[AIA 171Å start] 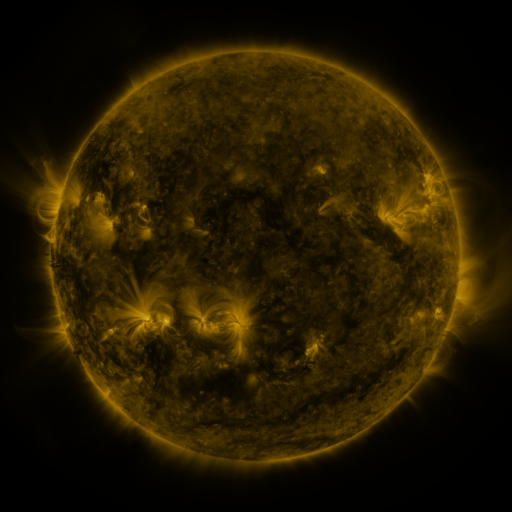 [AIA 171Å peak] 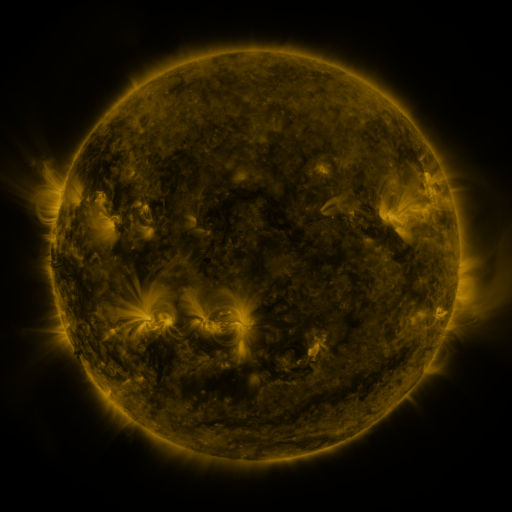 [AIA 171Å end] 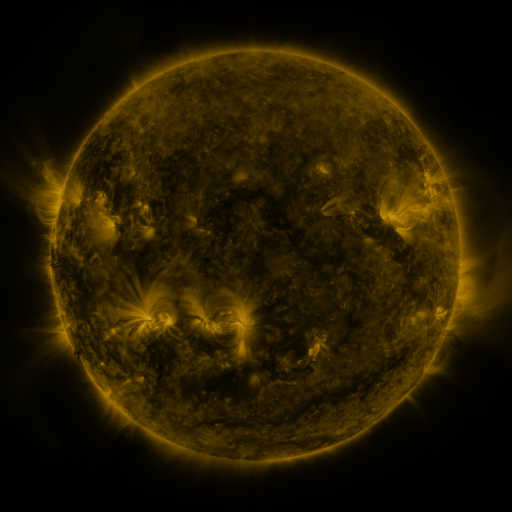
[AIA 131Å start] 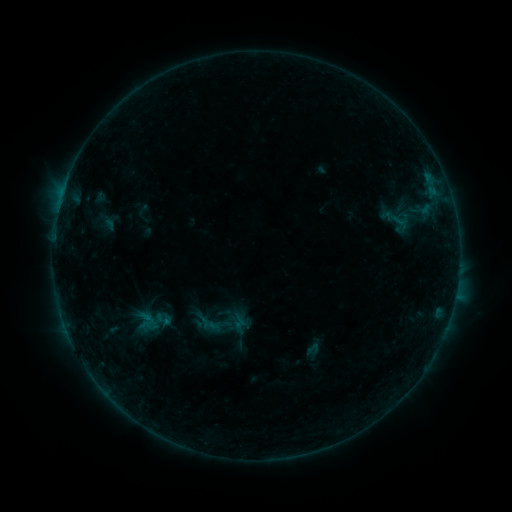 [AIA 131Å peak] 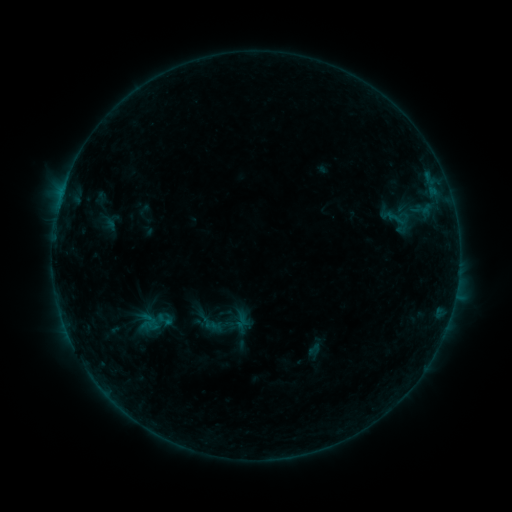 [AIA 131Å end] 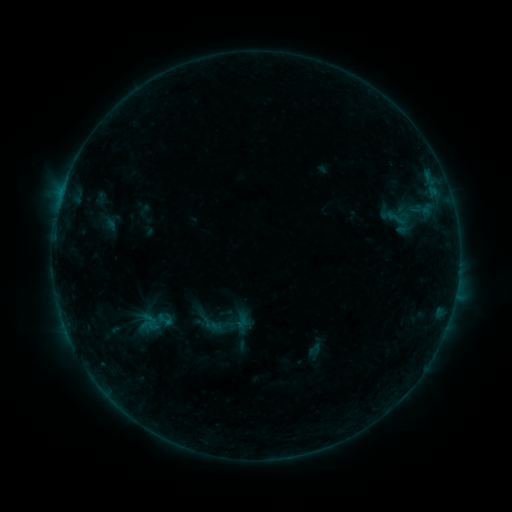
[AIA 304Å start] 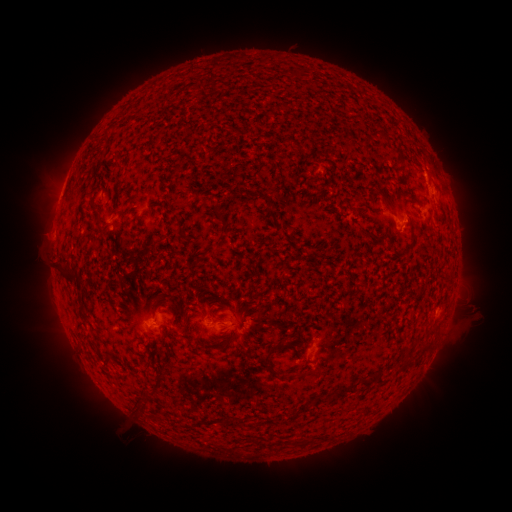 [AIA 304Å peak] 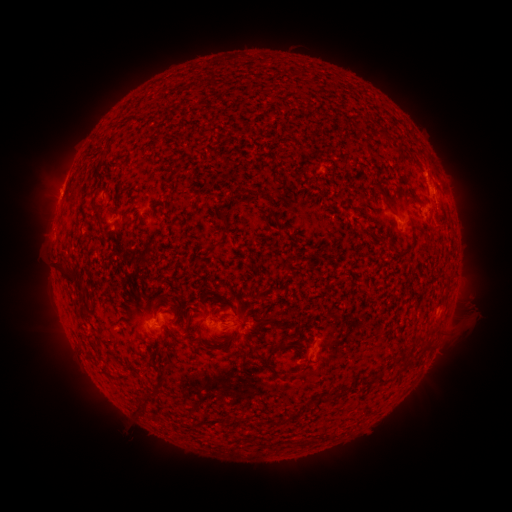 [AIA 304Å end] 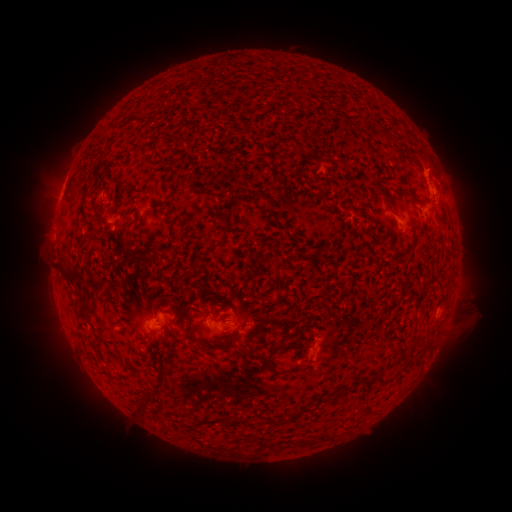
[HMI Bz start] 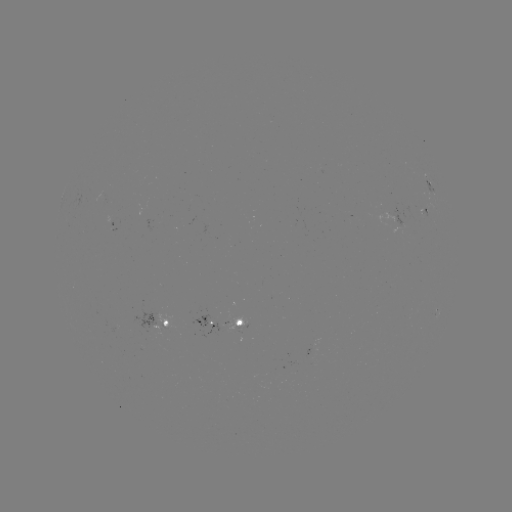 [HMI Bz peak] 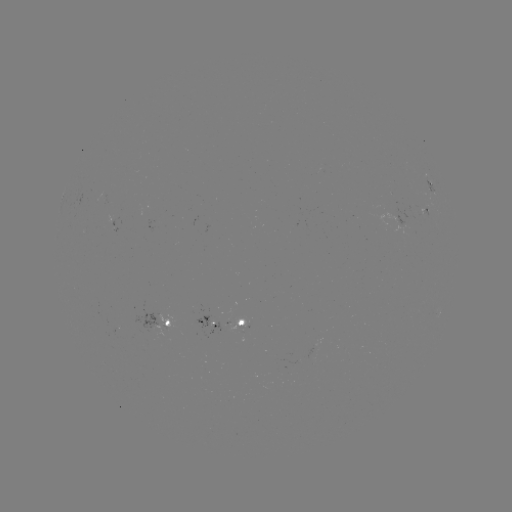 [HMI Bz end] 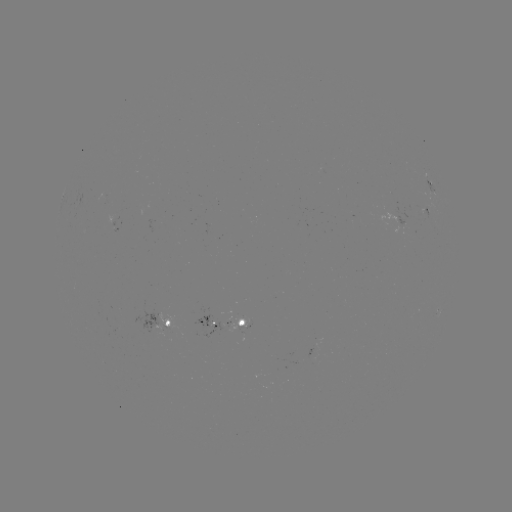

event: emerging-flux region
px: (417, 208)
